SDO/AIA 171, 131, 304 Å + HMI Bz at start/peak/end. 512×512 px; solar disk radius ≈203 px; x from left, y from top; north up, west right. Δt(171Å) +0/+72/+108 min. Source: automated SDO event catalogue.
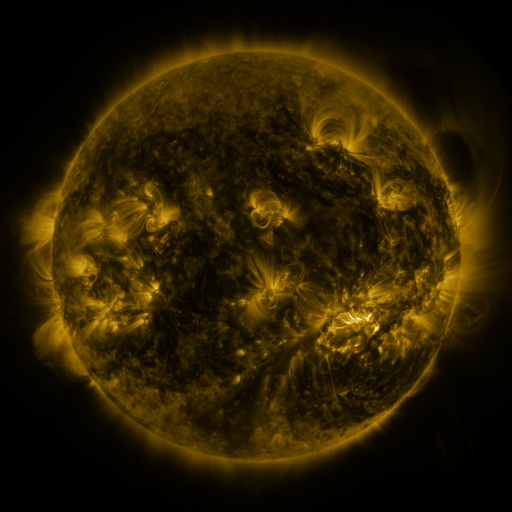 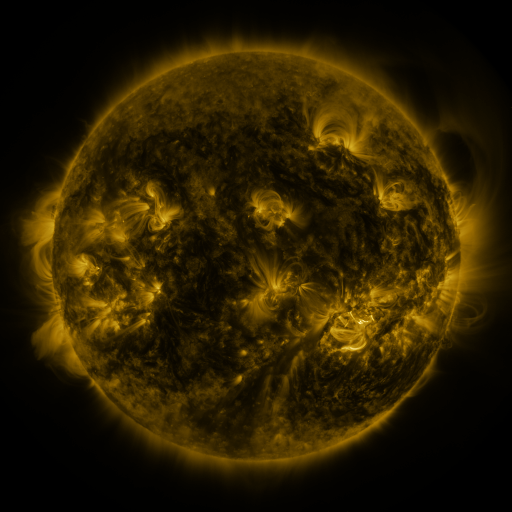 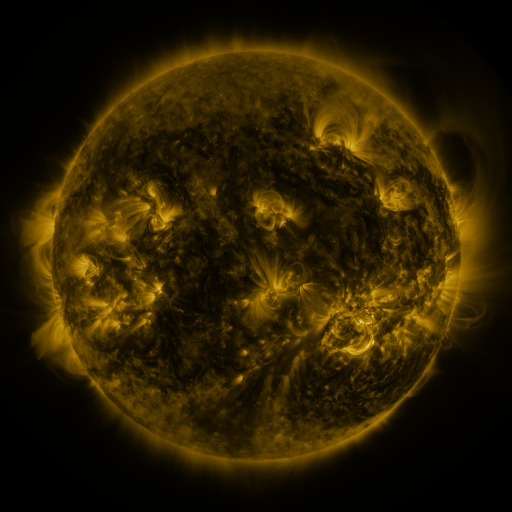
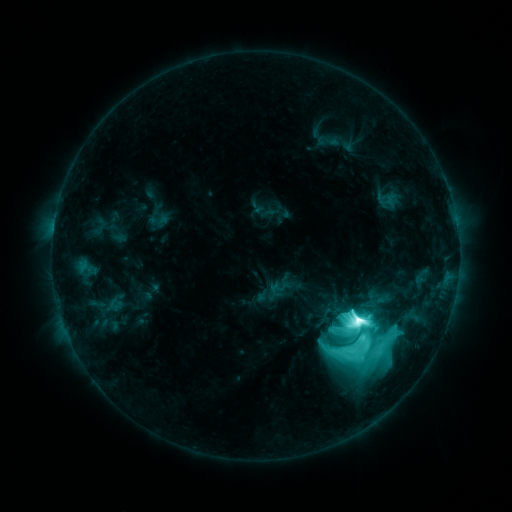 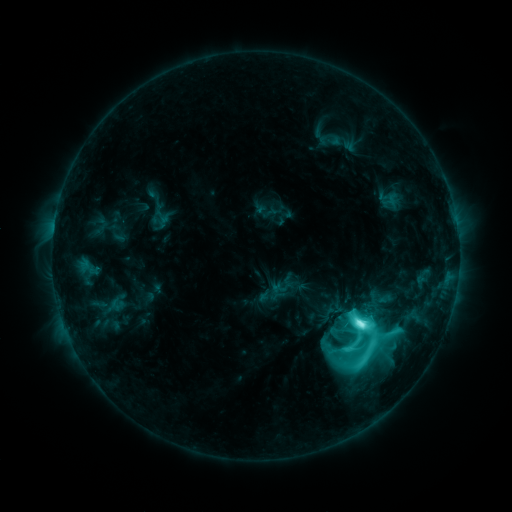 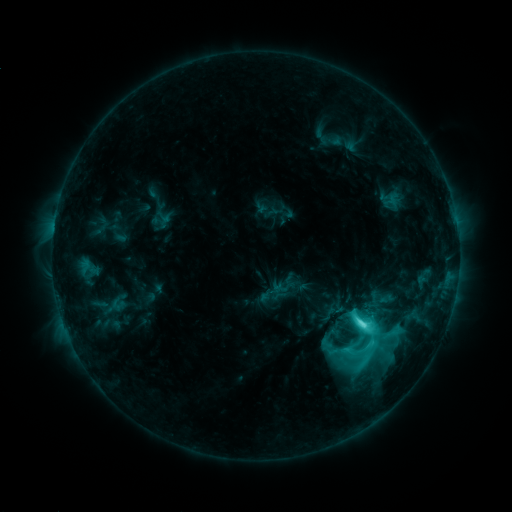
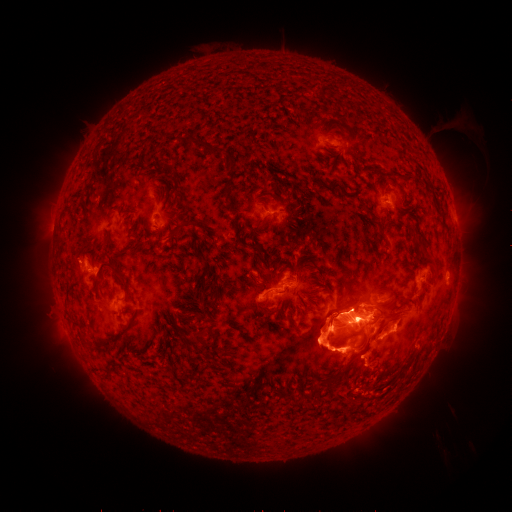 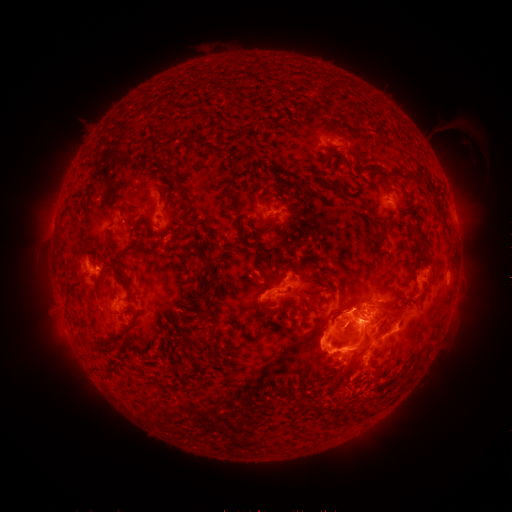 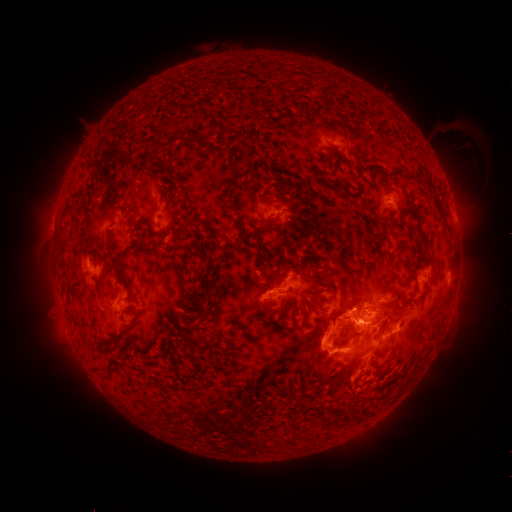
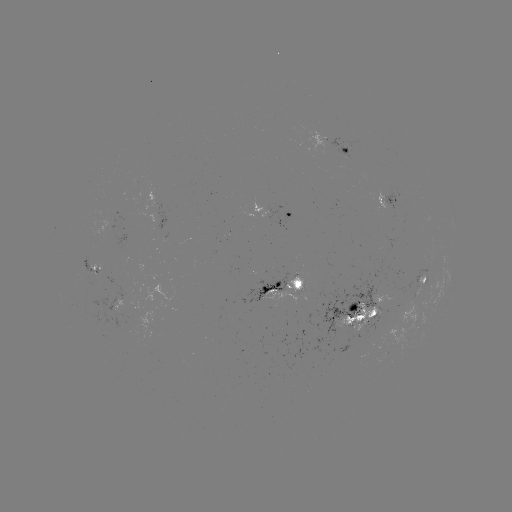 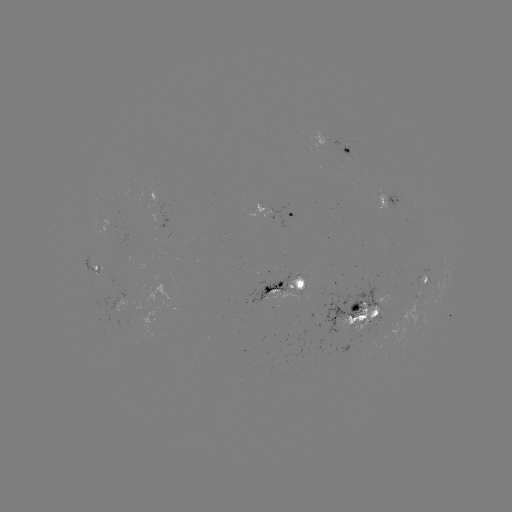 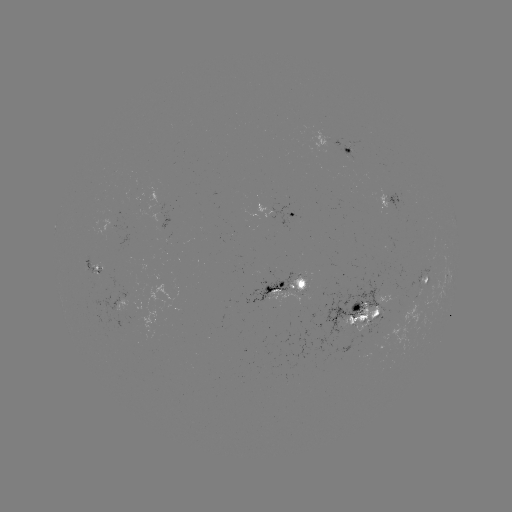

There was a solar emerging-flux region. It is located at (110, 214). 